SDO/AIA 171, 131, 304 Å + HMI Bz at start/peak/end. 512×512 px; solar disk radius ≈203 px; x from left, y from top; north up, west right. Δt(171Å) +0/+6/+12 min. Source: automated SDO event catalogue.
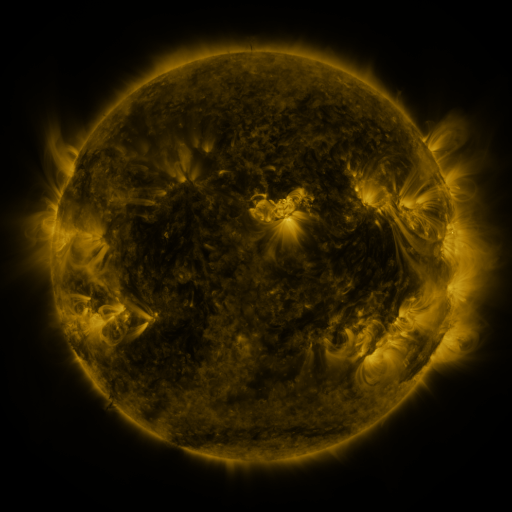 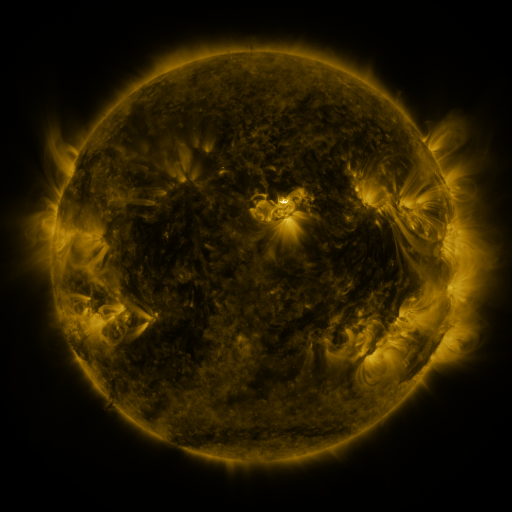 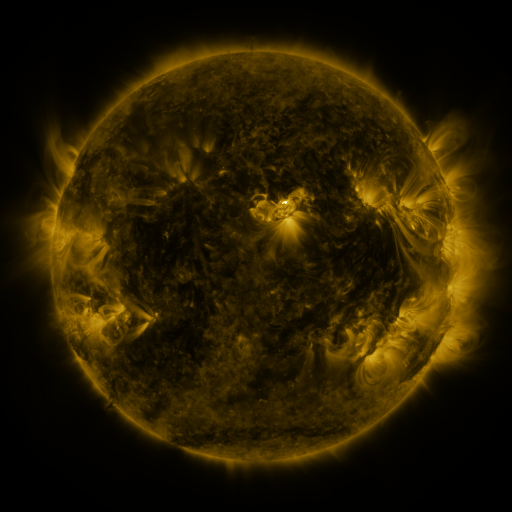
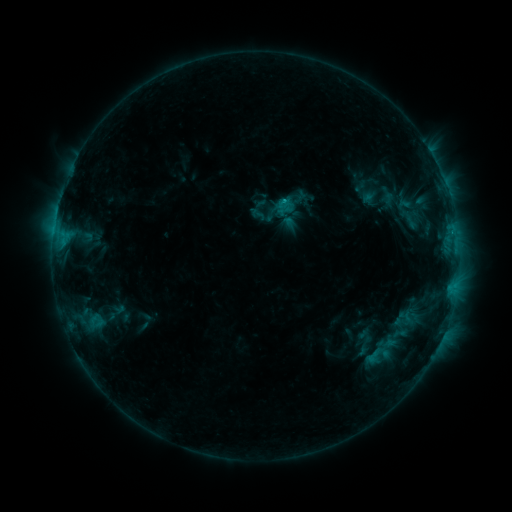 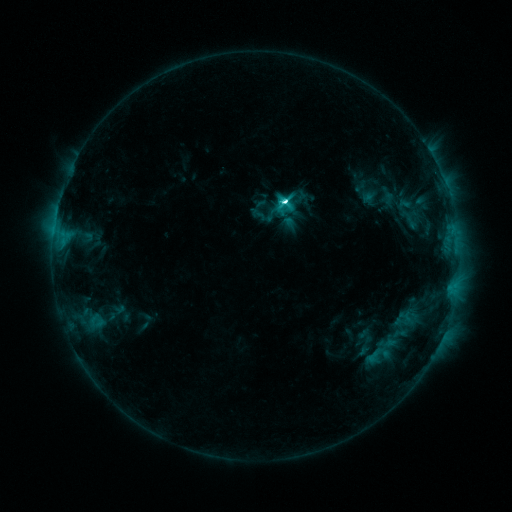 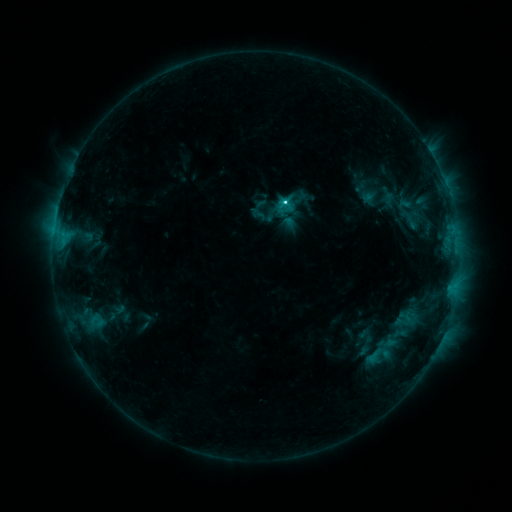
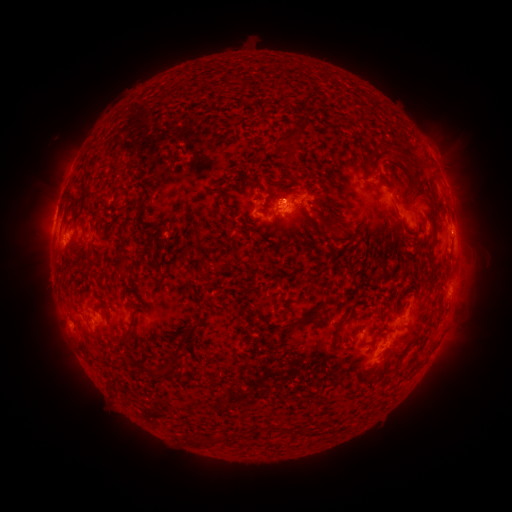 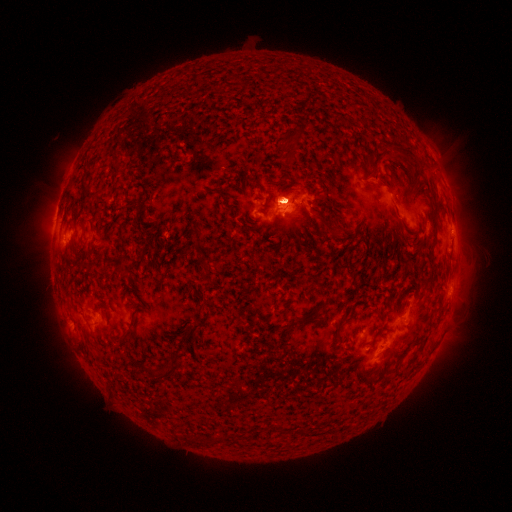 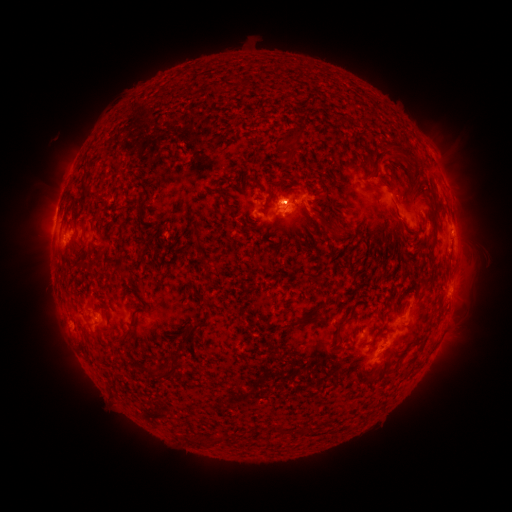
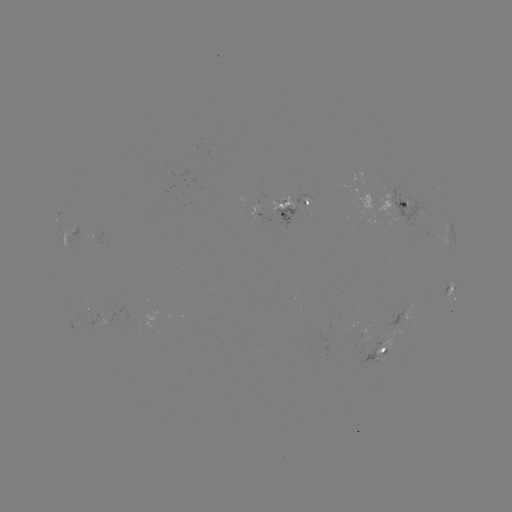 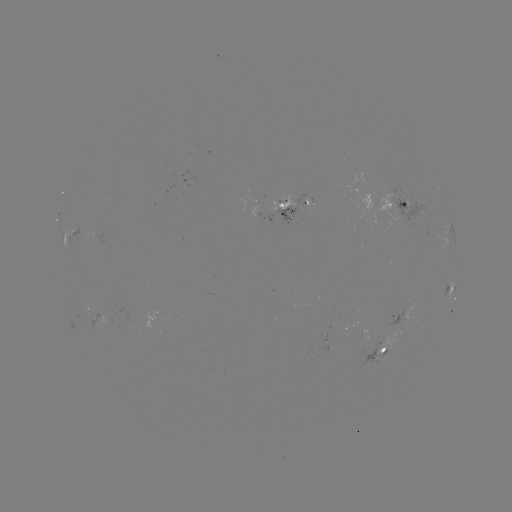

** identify C9.6 flare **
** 283,203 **